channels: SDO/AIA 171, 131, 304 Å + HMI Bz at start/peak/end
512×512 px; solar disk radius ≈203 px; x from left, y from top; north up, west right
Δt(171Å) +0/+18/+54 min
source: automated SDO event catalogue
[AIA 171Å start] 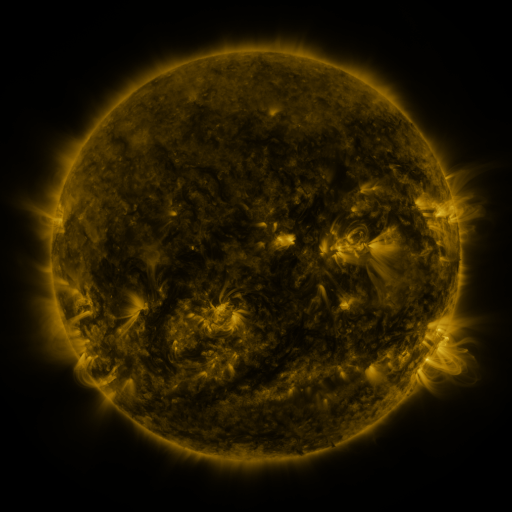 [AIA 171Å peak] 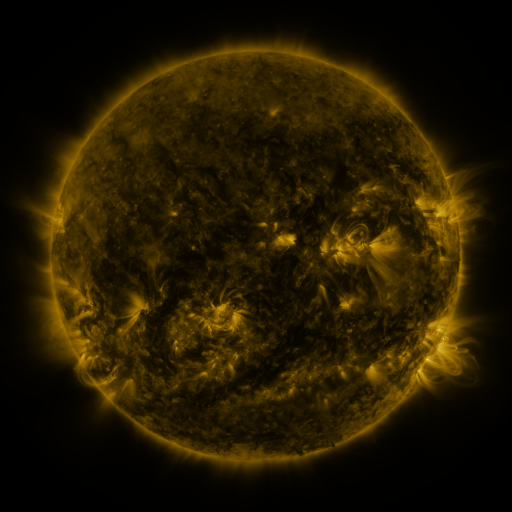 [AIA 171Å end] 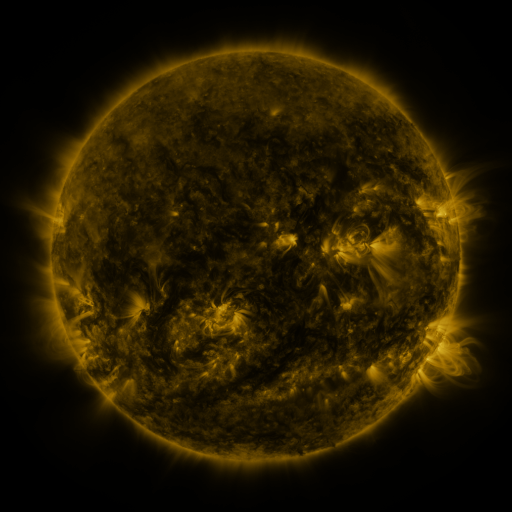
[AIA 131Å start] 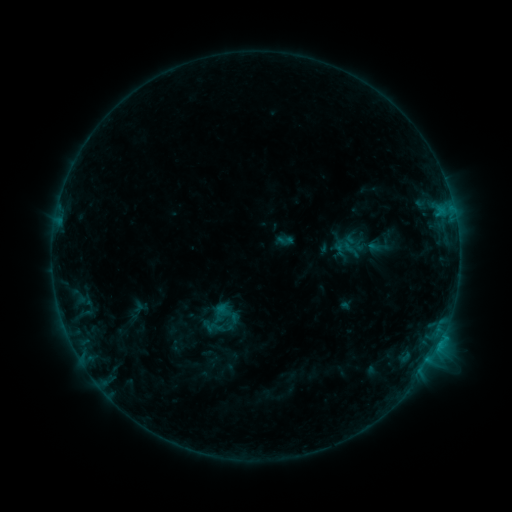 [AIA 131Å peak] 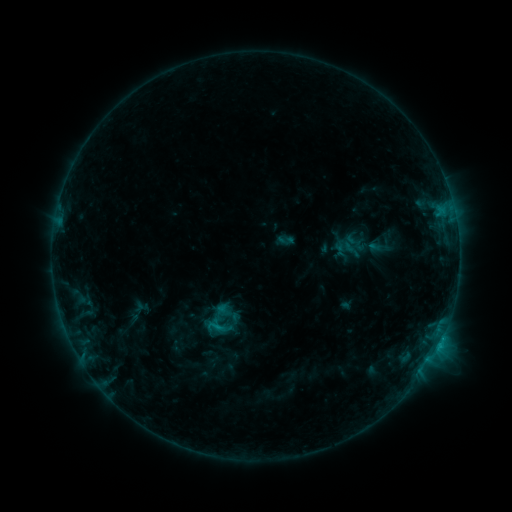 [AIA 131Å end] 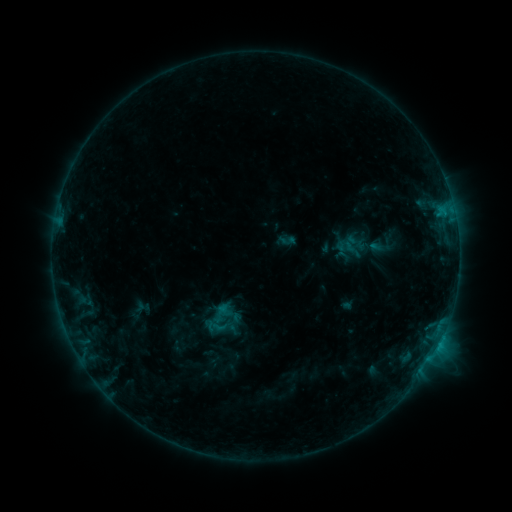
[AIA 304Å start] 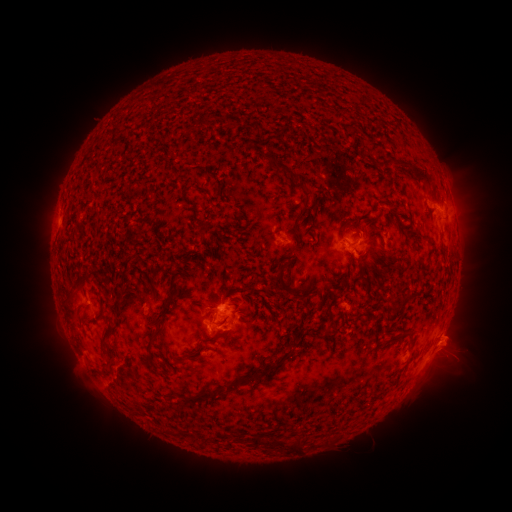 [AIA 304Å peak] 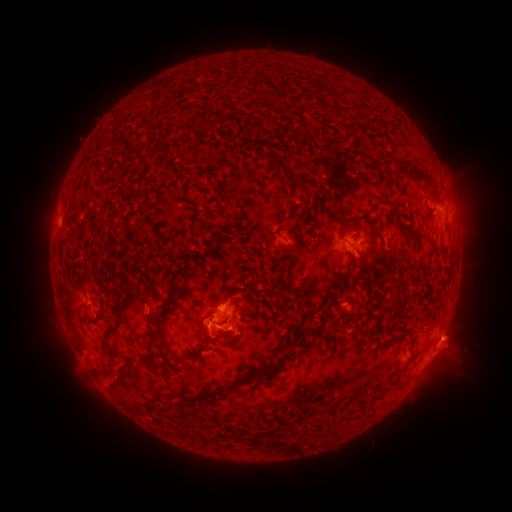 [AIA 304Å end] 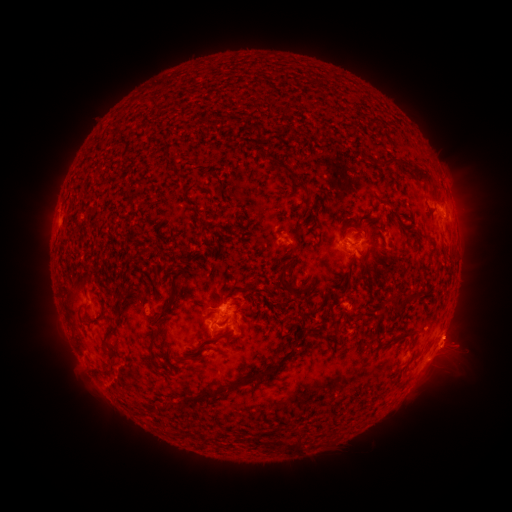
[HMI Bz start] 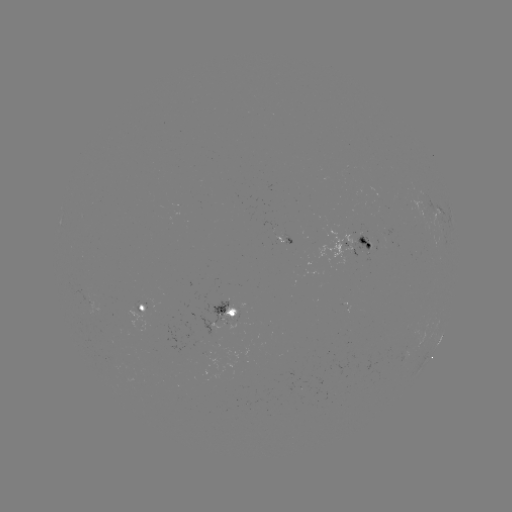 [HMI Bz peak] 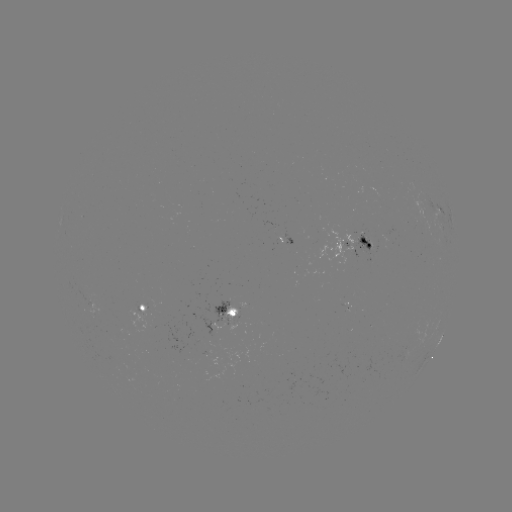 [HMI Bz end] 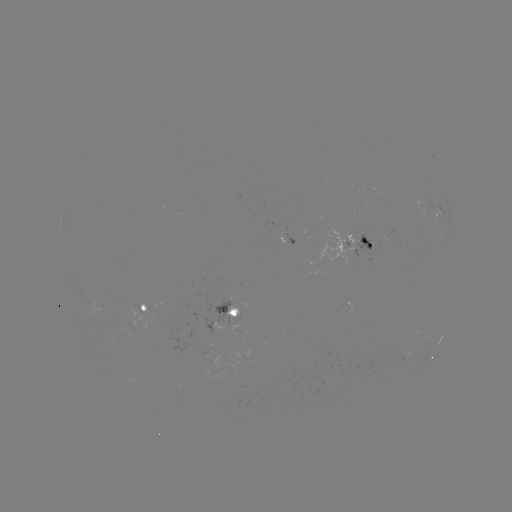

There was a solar flare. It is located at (218, 325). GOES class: C1.1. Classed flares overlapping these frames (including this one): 1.